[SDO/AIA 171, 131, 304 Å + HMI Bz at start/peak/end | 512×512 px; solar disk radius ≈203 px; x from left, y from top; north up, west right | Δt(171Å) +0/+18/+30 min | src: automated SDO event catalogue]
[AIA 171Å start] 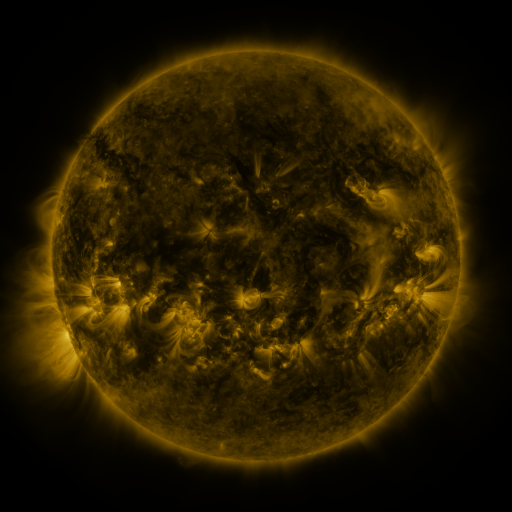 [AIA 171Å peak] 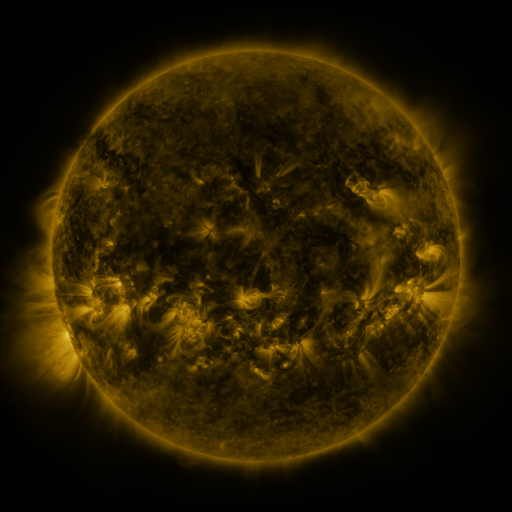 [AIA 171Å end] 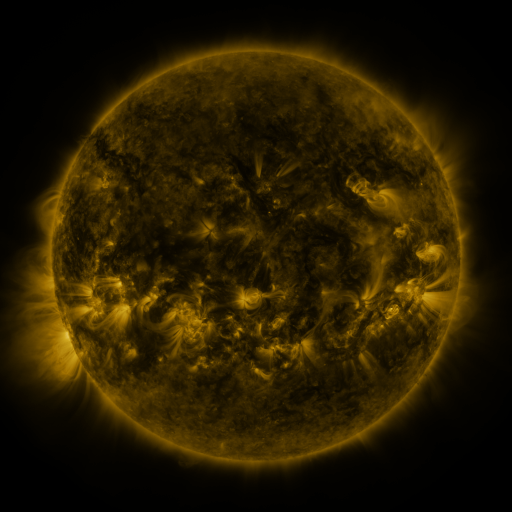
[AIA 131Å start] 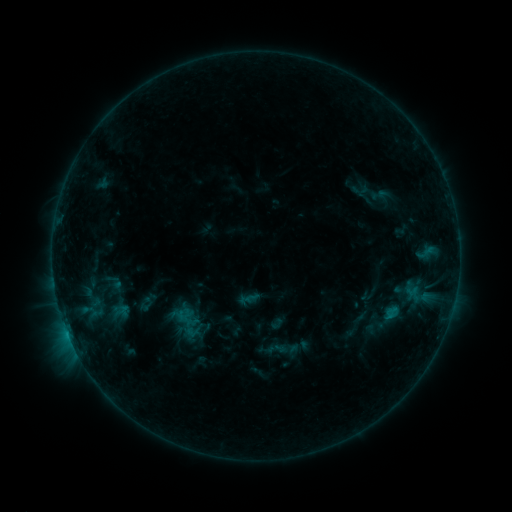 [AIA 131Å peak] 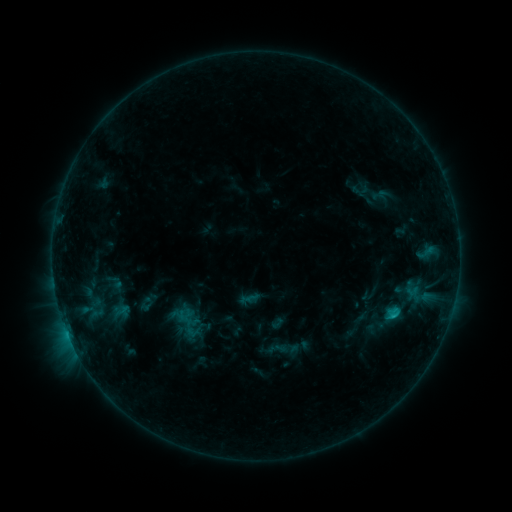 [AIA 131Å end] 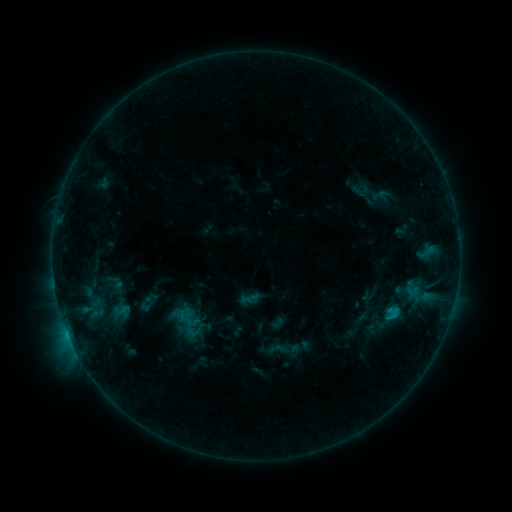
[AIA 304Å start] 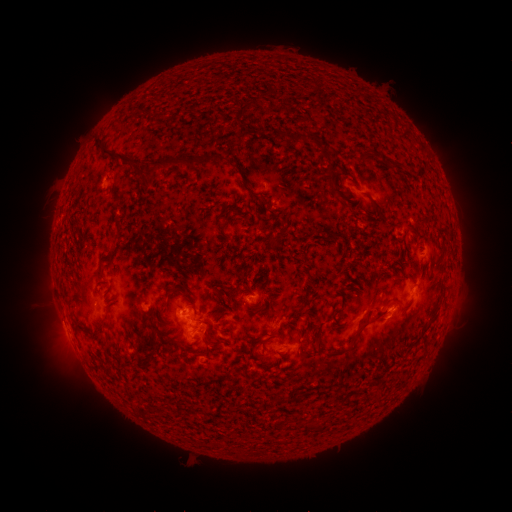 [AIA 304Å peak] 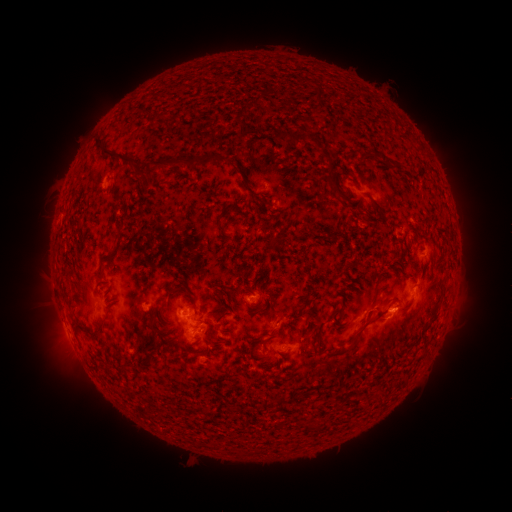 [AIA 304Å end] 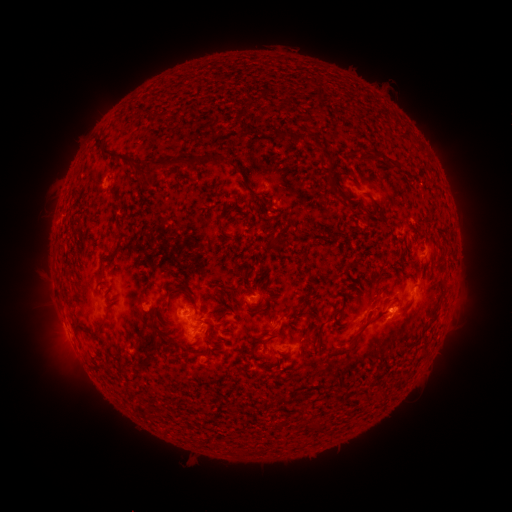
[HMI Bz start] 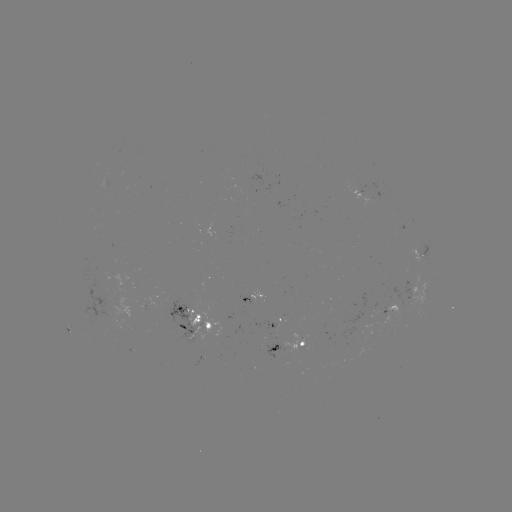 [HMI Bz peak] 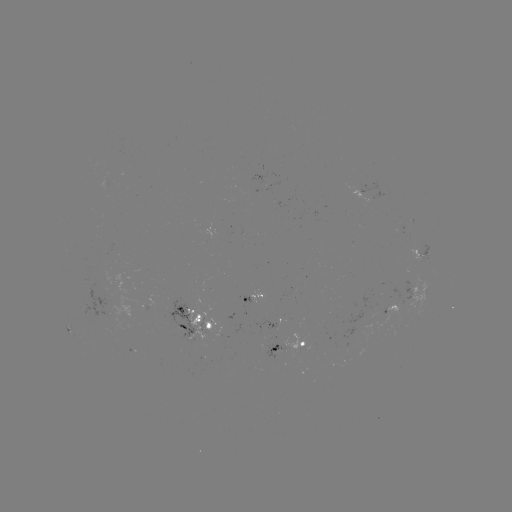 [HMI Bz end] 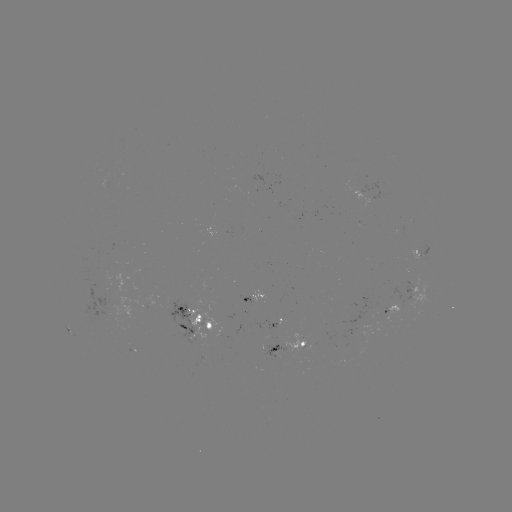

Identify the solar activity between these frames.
B9.7 flare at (394, 313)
